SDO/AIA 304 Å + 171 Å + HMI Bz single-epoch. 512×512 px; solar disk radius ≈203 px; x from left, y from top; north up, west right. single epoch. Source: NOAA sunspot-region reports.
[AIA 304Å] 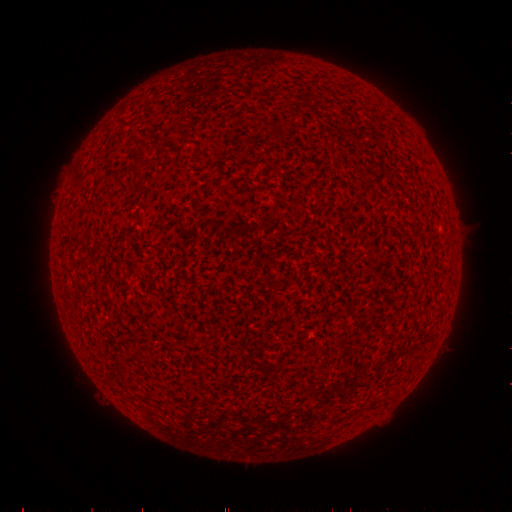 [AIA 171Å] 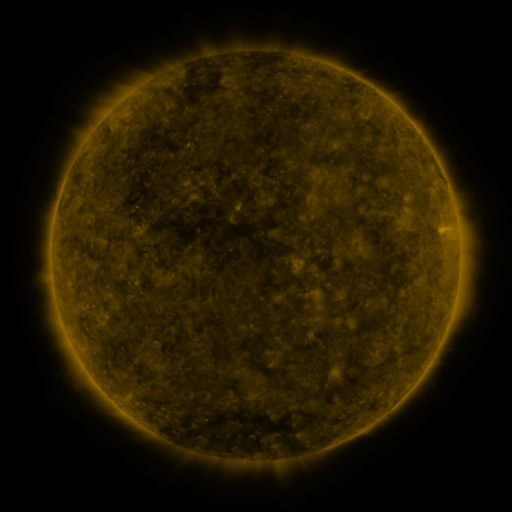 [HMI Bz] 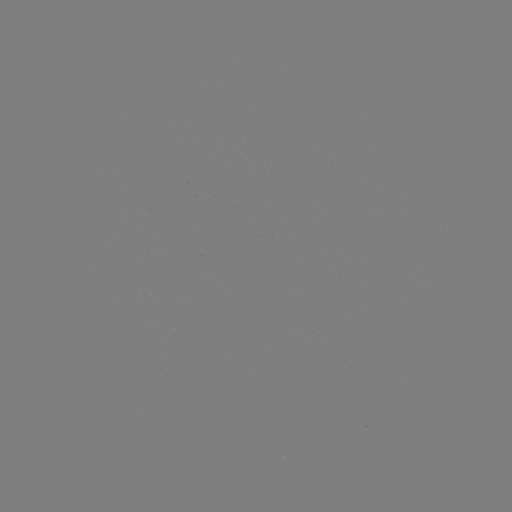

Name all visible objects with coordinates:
(none)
